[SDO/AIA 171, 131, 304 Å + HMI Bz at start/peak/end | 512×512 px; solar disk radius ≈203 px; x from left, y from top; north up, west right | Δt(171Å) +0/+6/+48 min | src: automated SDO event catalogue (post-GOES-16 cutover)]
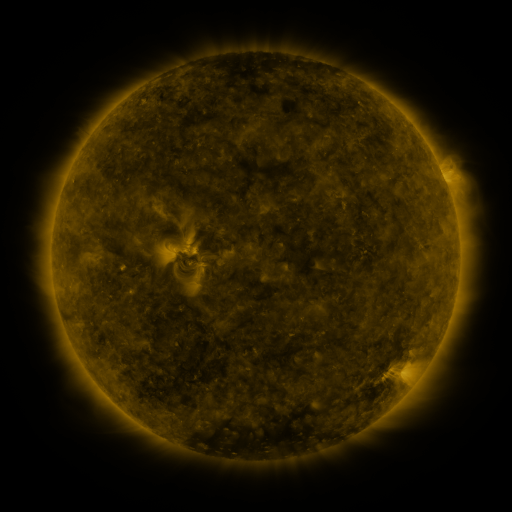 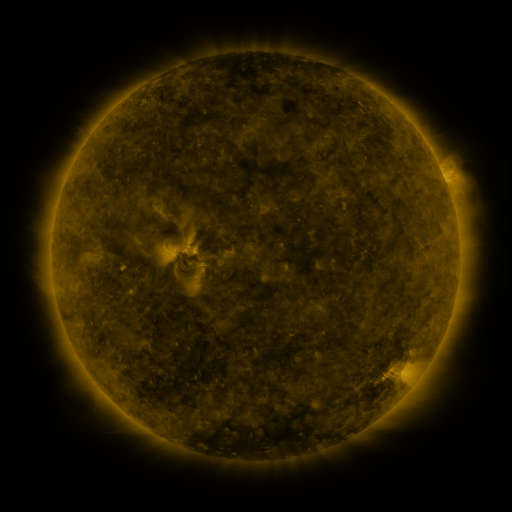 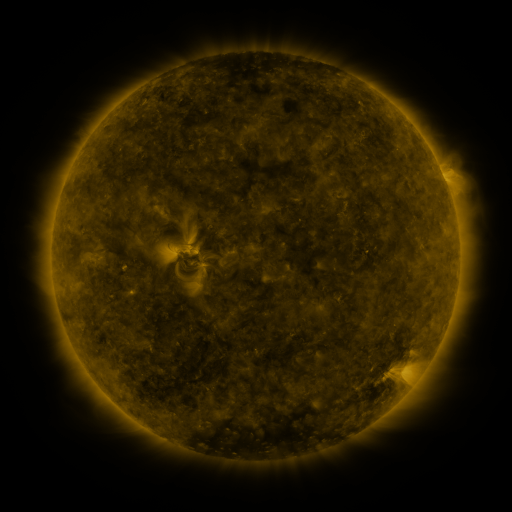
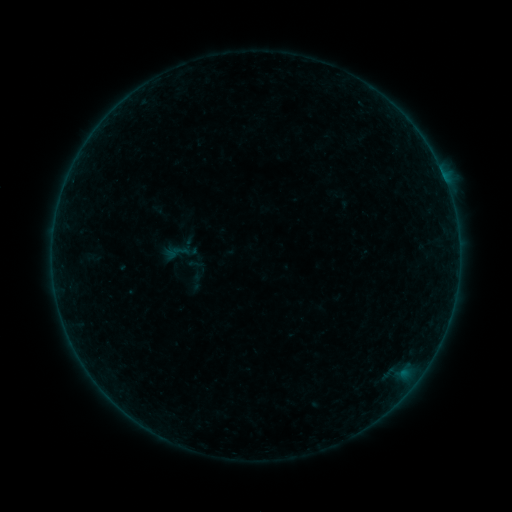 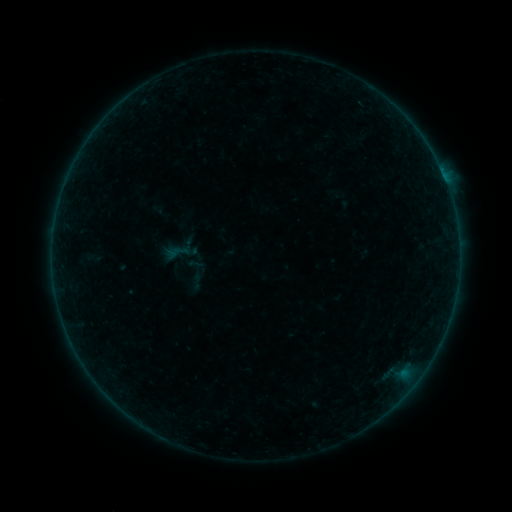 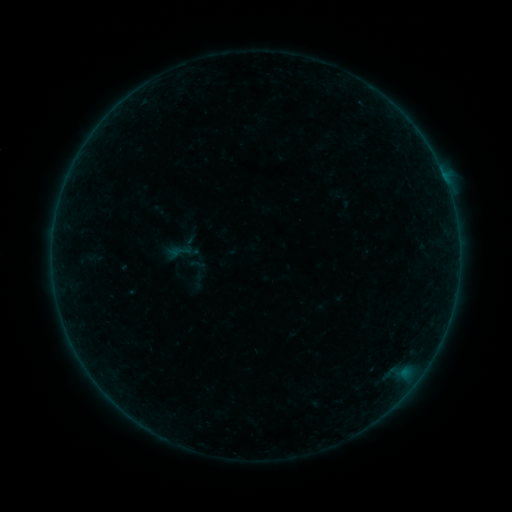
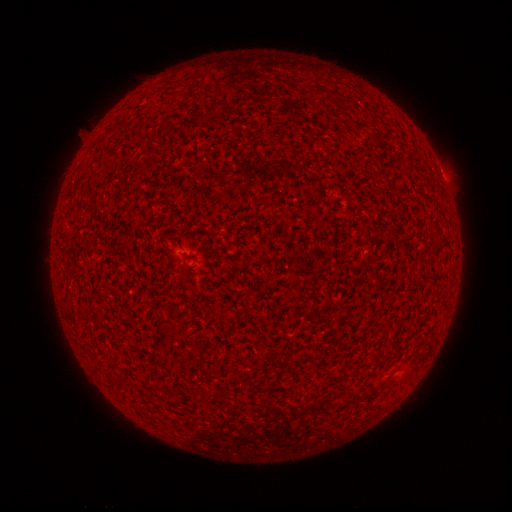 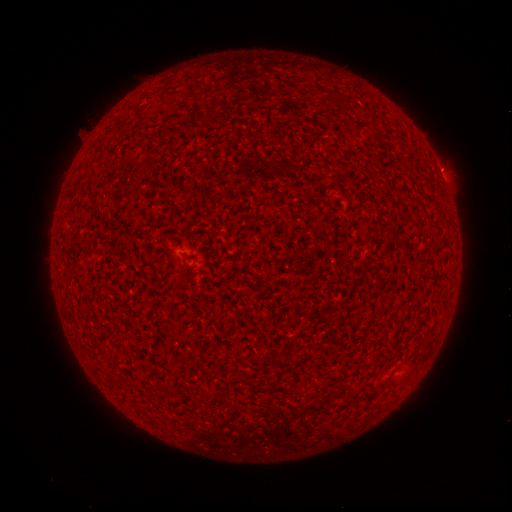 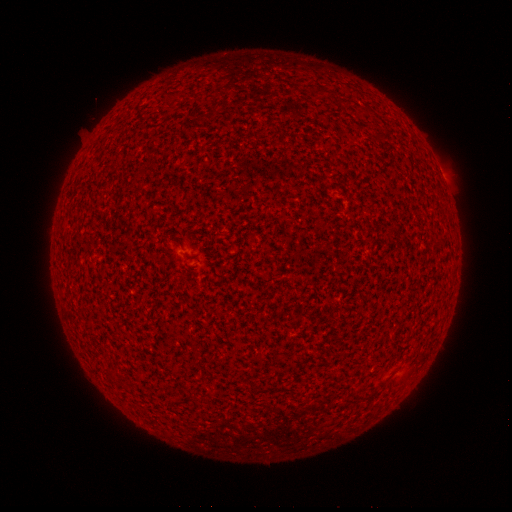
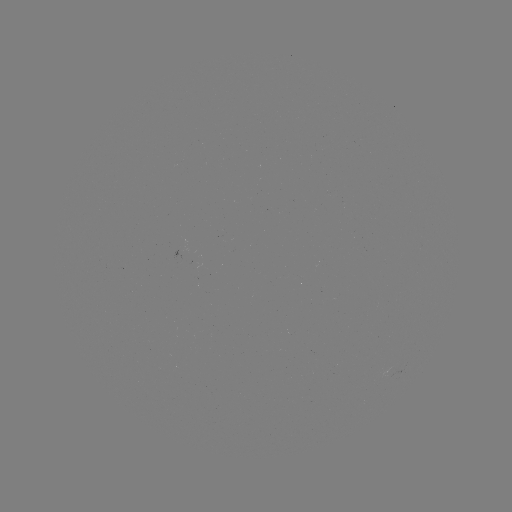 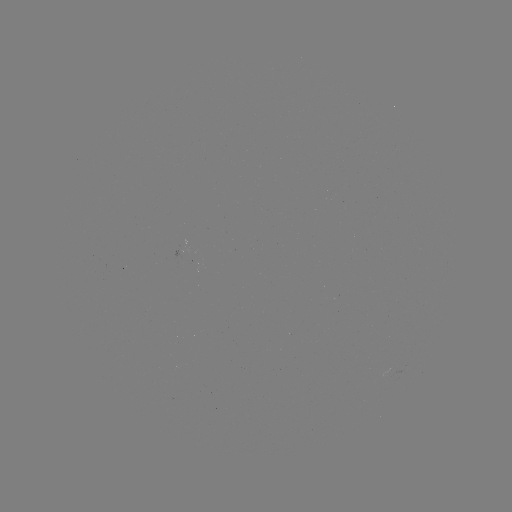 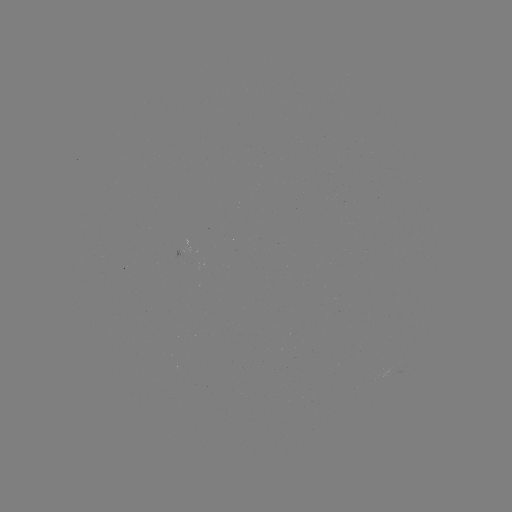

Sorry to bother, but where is B1.0 flare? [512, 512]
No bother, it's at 441,172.